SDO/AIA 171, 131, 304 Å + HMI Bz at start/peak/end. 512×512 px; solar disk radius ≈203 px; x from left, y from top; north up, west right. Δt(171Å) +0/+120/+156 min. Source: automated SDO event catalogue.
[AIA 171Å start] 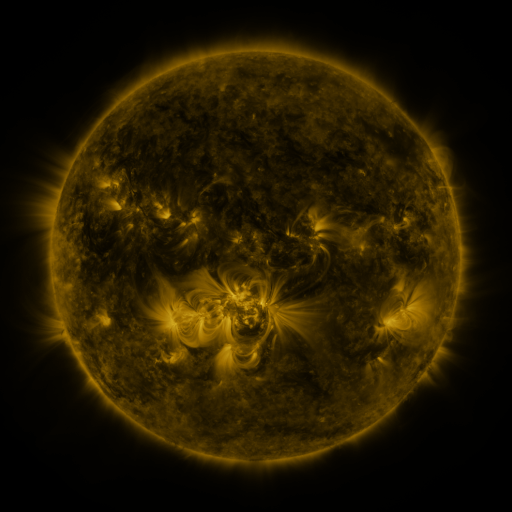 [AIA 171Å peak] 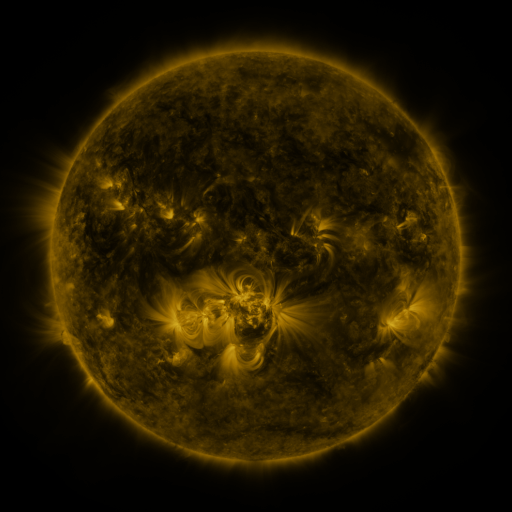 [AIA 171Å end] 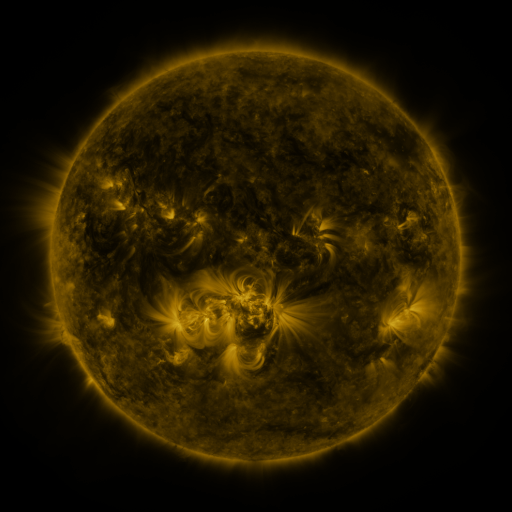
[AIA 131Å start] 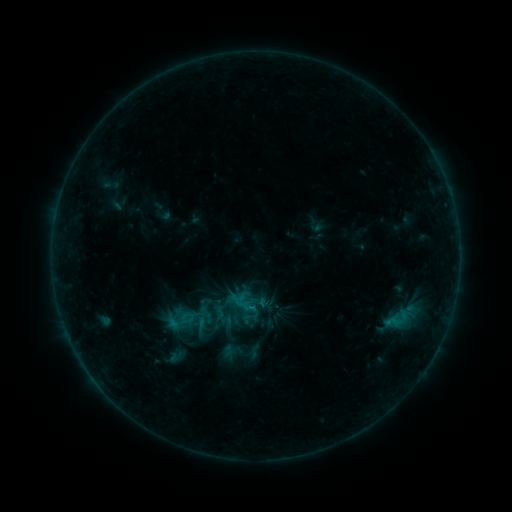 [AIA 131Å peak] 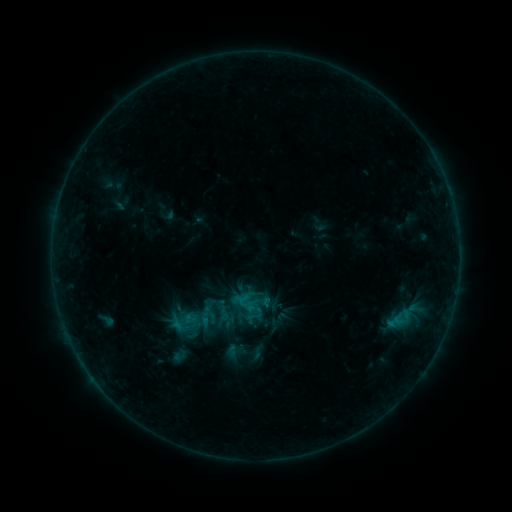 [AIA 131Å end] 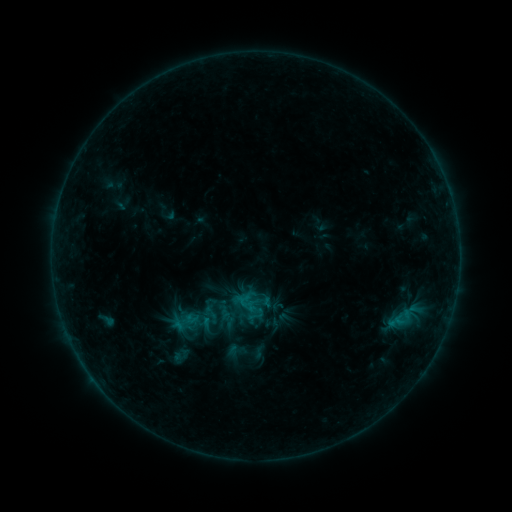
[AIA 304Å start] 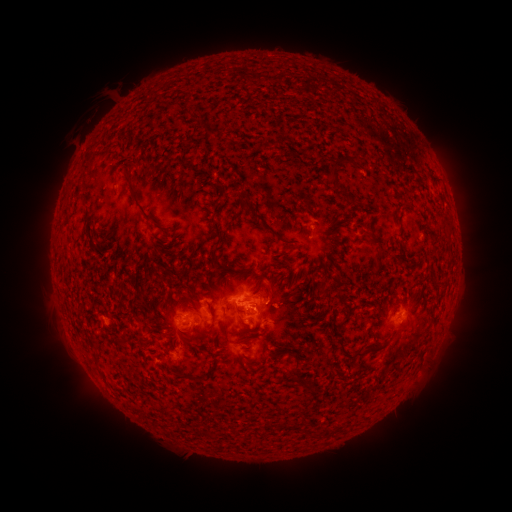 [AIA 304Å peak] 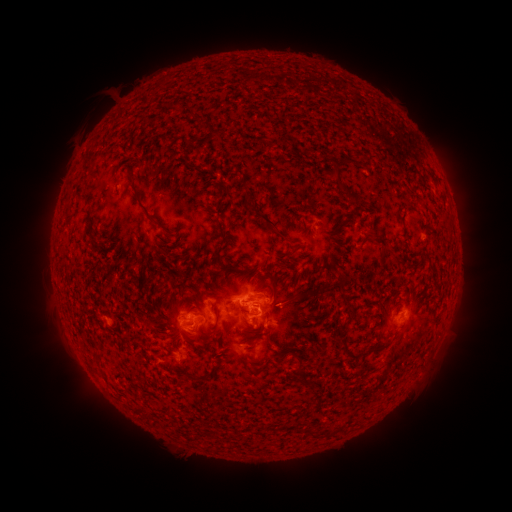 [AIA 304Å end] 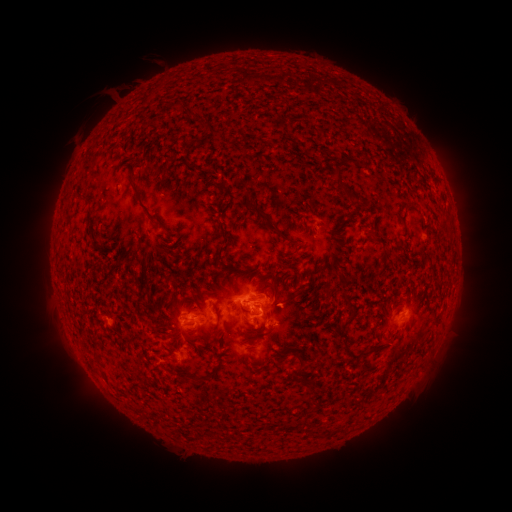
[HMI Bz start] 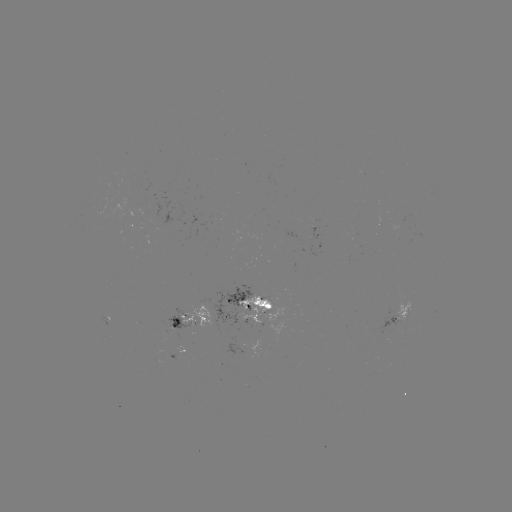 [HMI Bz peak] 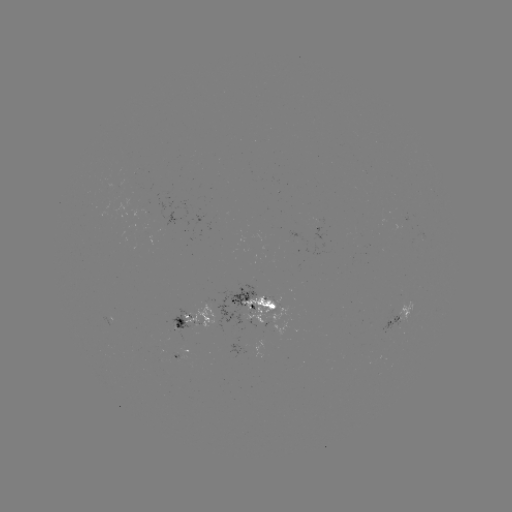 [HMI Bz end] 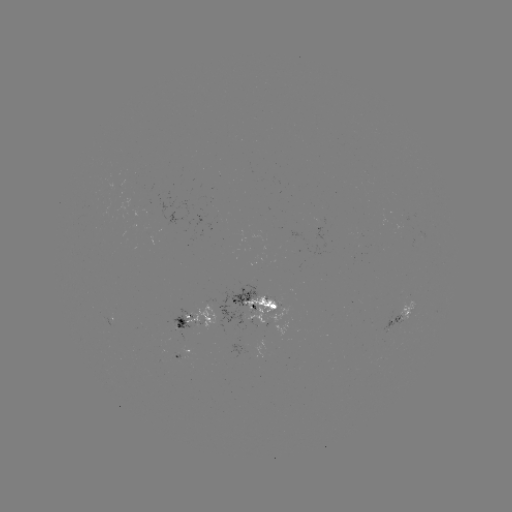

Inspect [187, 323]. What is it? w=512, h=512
emerging-flux region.